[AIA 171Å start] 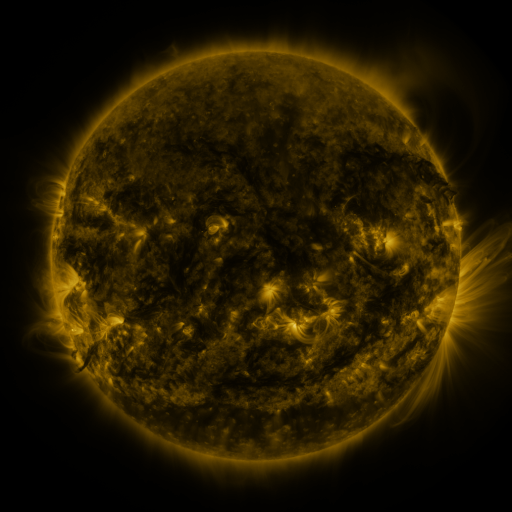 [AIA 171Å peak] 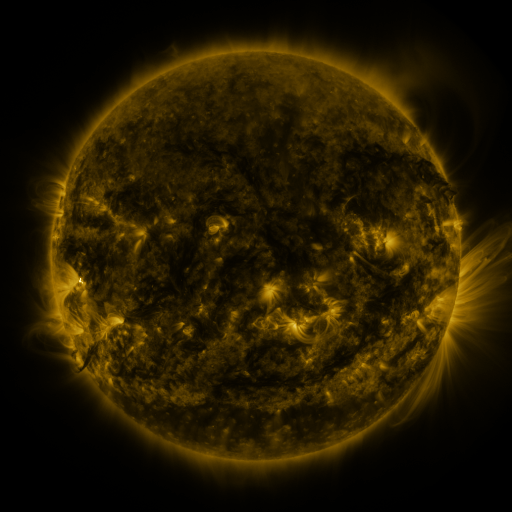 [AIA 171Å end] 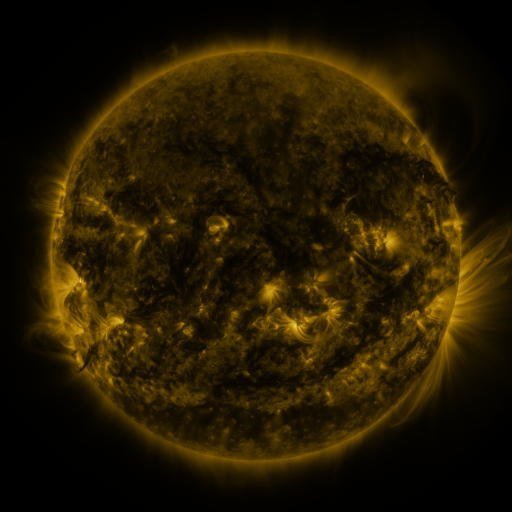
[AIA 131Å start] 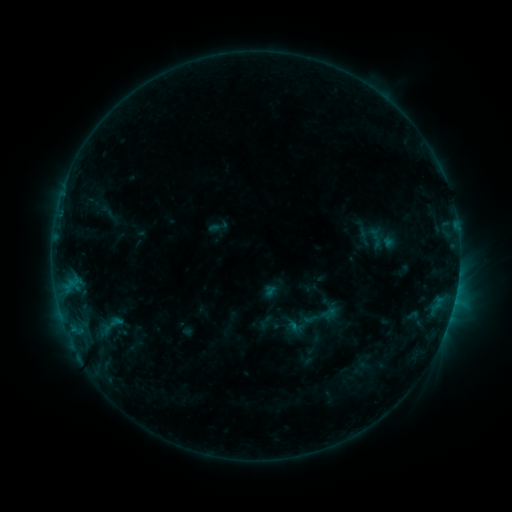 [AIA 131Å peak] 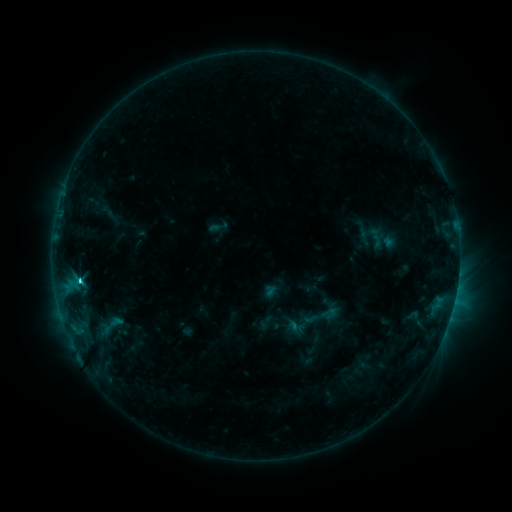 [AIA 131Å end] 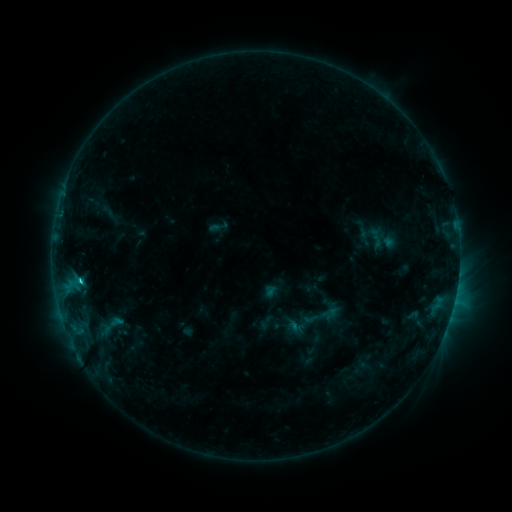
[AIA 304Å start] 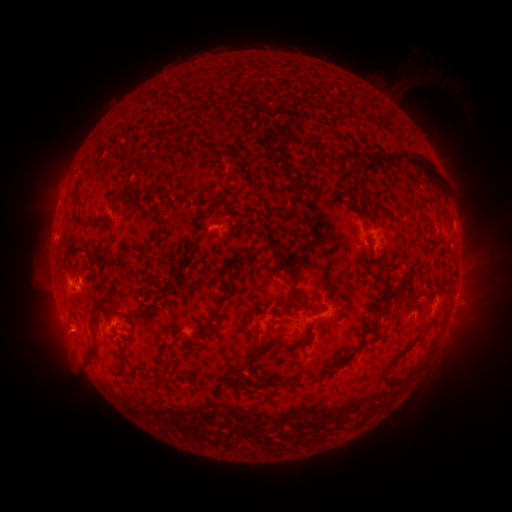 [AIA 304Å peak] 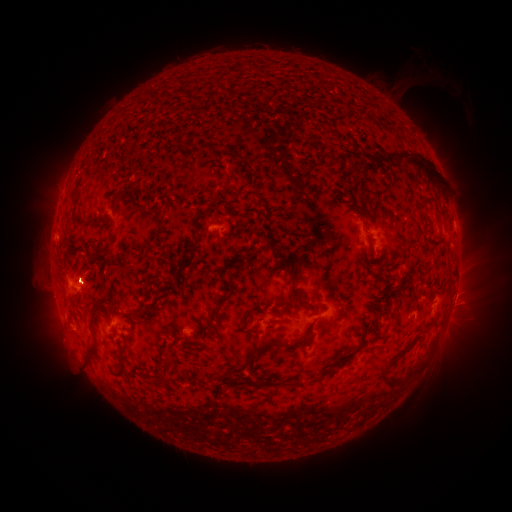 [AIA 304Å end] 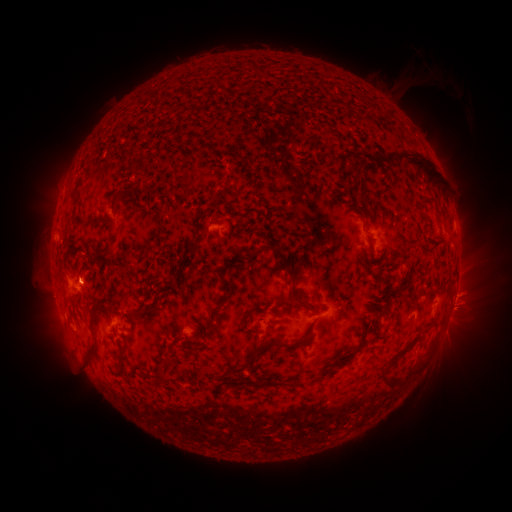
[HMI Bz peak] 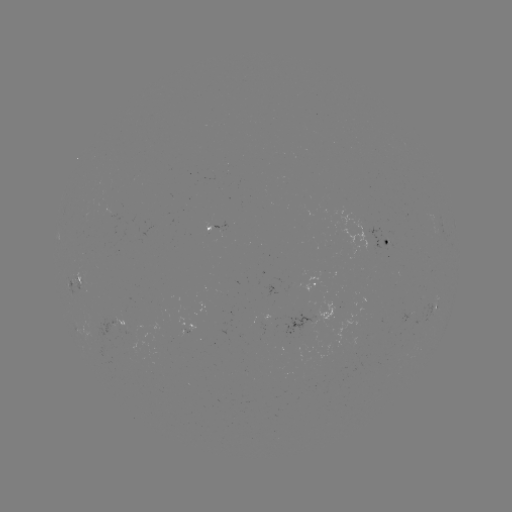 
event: flare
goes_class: C2.3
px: (81, 278)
